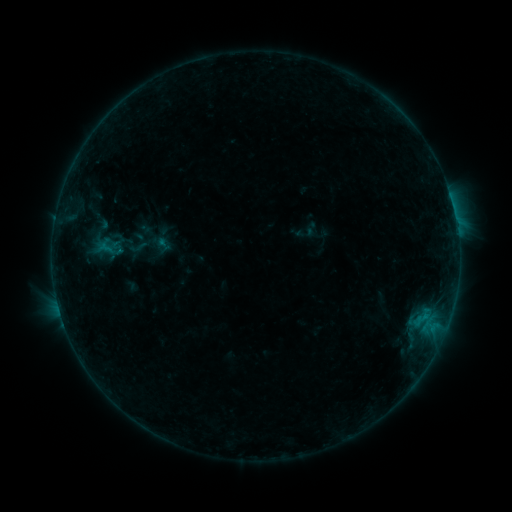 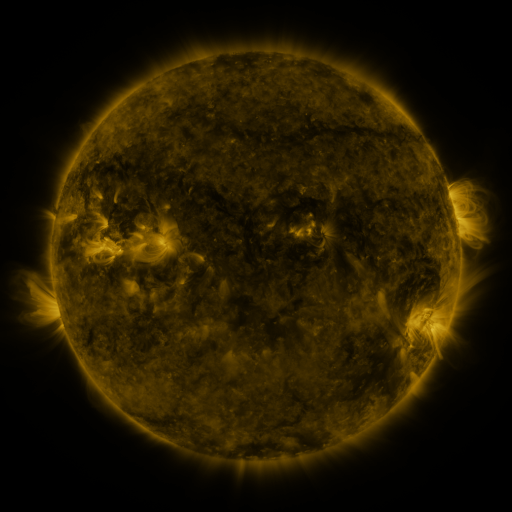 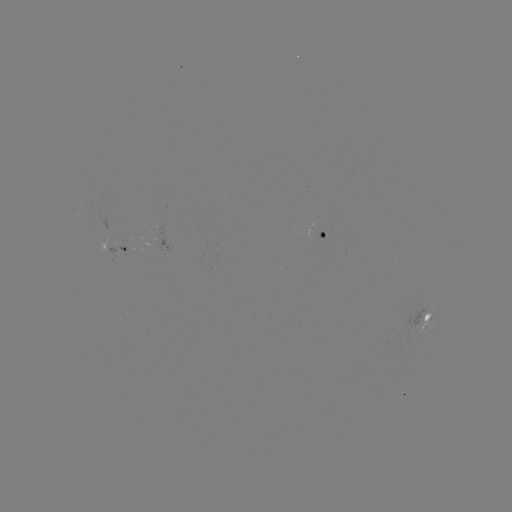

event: sigmoid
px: (138, 247)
